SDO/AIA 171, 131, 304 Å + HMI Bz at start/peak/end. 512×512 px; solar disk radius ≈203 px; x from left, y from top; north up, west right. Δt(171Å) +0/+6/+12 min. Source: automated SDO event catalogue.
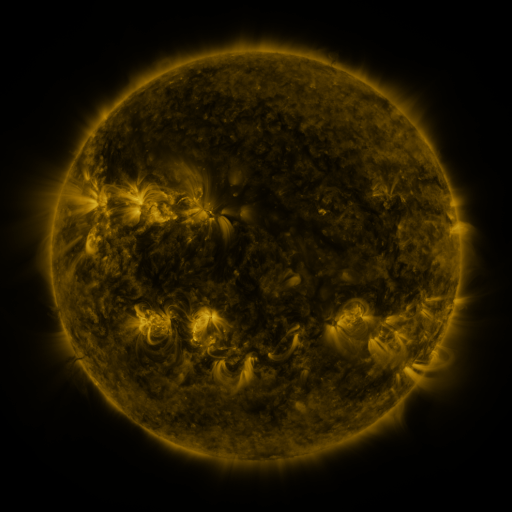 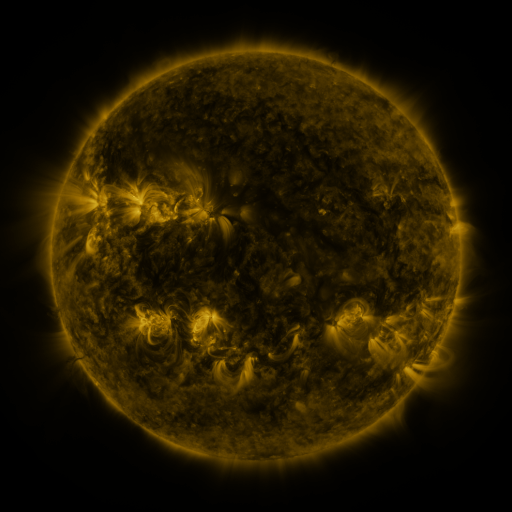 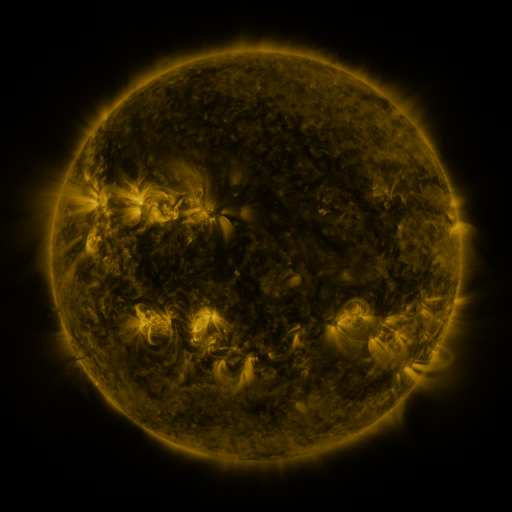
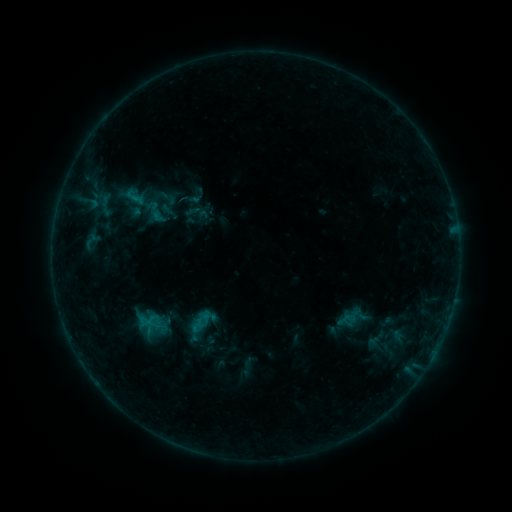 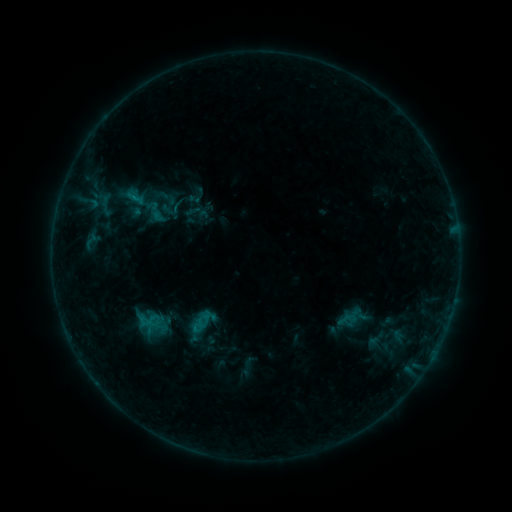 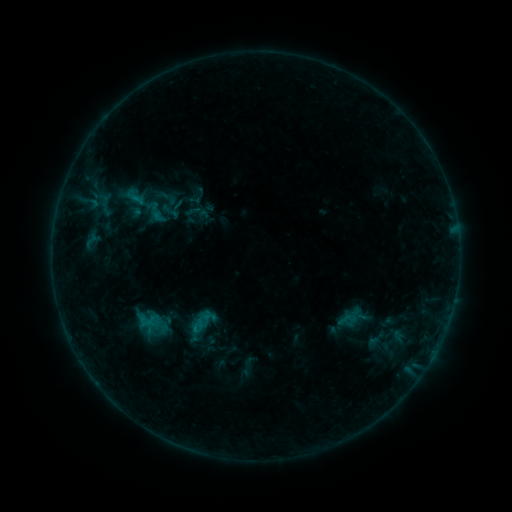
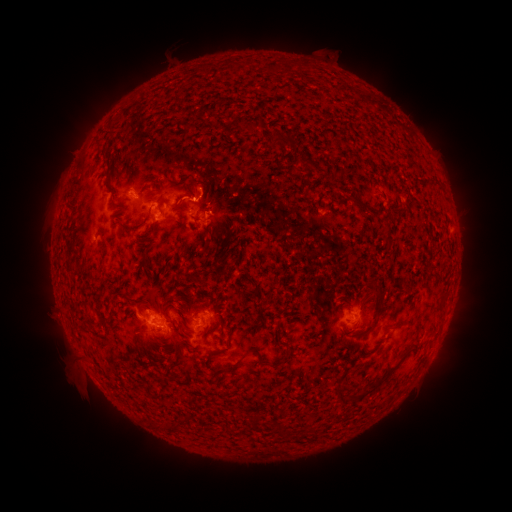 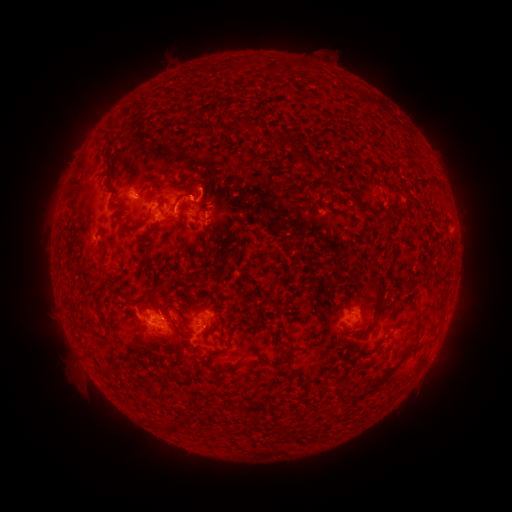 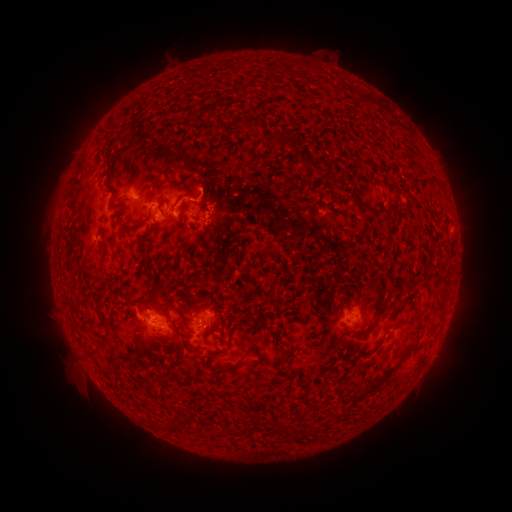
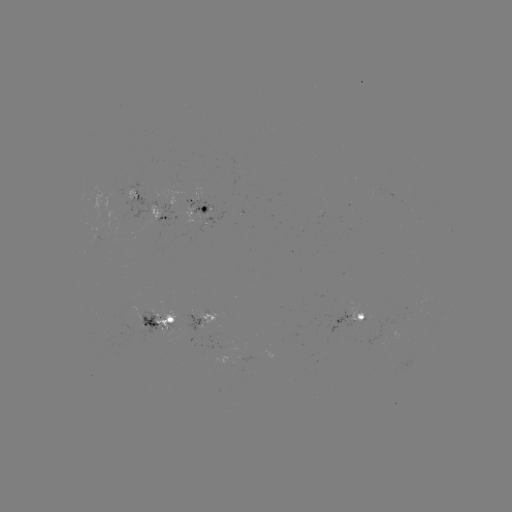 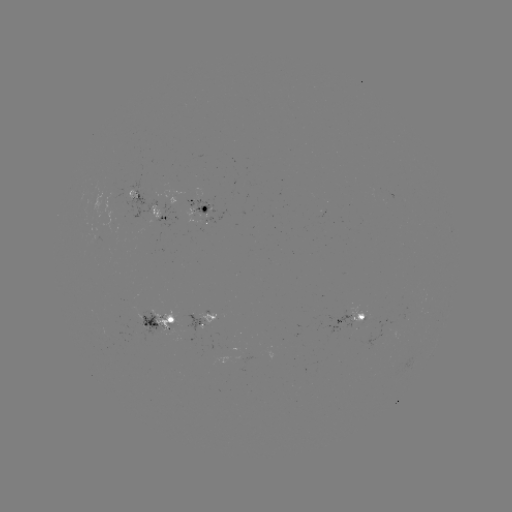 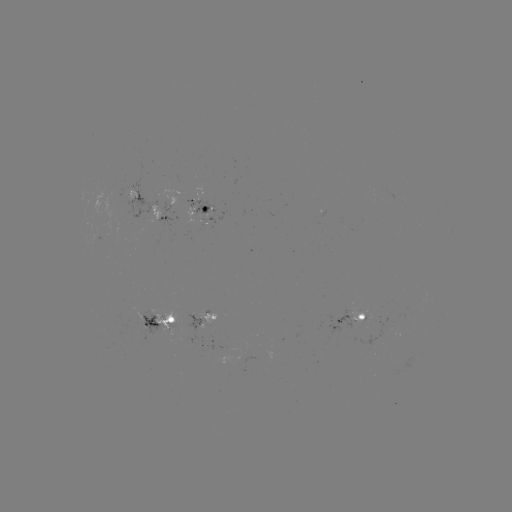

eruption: [165, 173, 209, 221]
